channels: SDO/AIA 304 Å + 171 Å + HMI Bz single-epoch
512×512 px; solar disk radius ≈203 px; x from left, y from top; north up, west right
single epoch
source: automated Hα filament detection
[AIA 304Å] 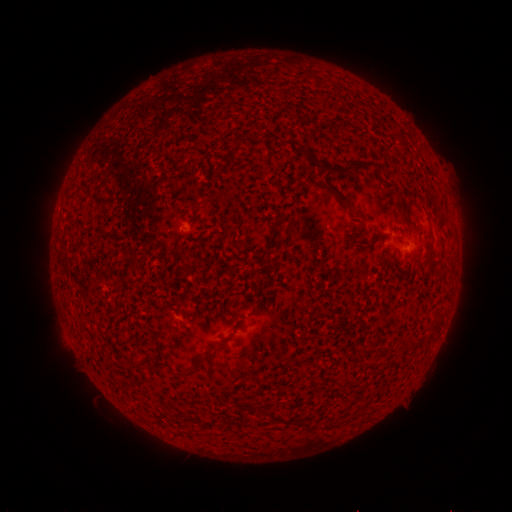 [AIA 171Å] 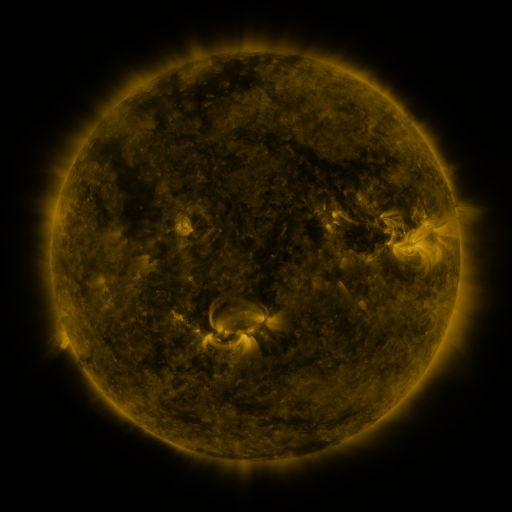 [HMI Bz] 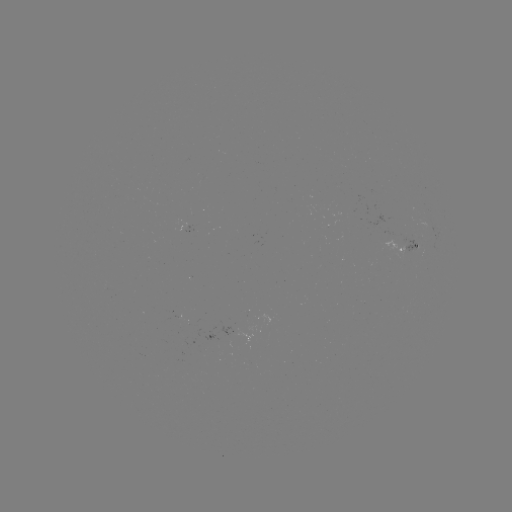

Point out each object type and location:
filament: [236, 137, 246, 145]
filament: [357, 160, 375, 169]
filament: [343, 161, 355, 171]
filament: [332, 166, 342, 176]
filament: [318, 182, 353, 208]
filament: [218, 189, 230, 198]
filament: [411, 190, 419, 199]
filament: [398, 193, 407, 216]
filament: [226, 297, 236, 305]
filament: [215, 333, 234, 347]
filament: [399, 335, 423, 350]
filament: [363, 347, 373, 354]
filament: [176, 368, 195, 379]
